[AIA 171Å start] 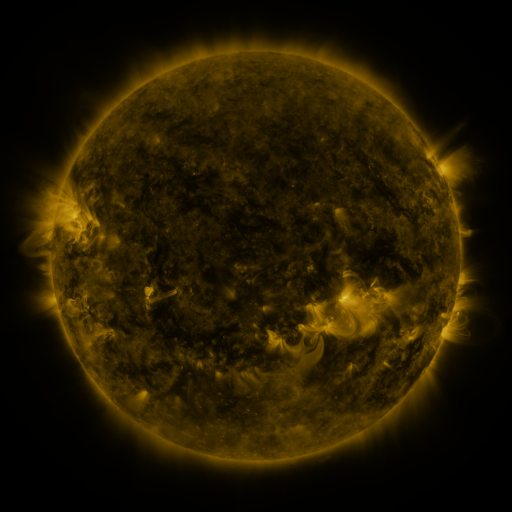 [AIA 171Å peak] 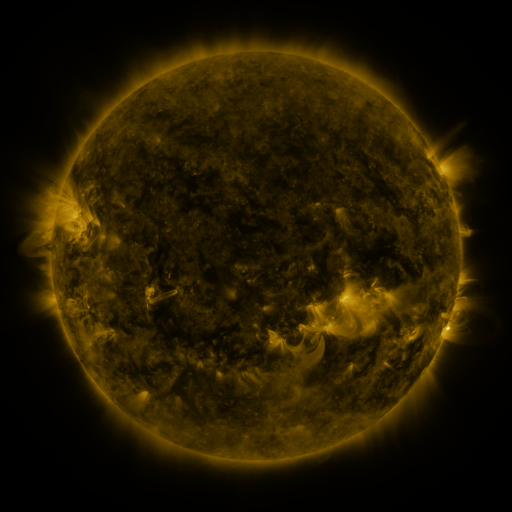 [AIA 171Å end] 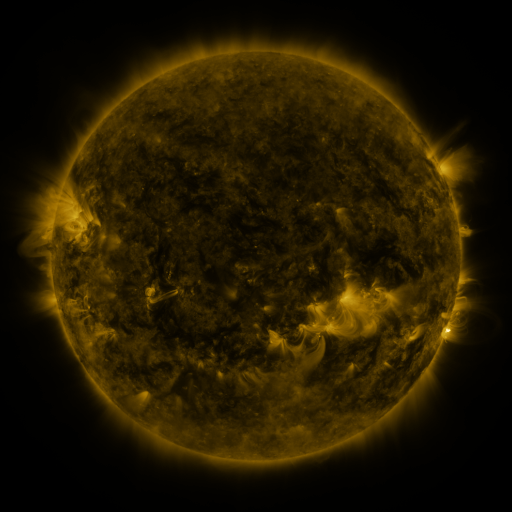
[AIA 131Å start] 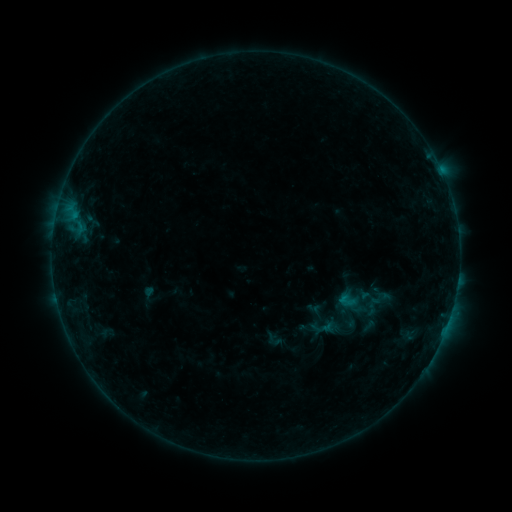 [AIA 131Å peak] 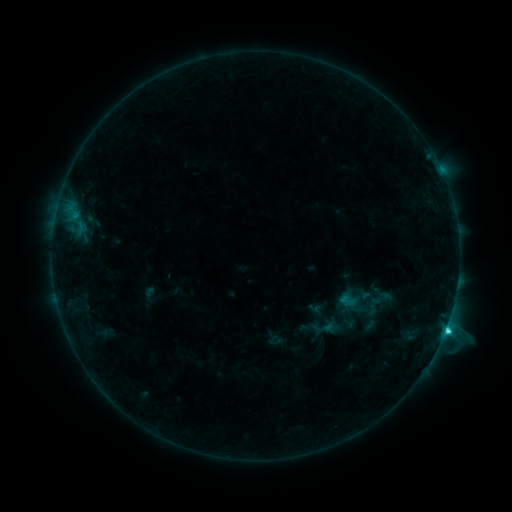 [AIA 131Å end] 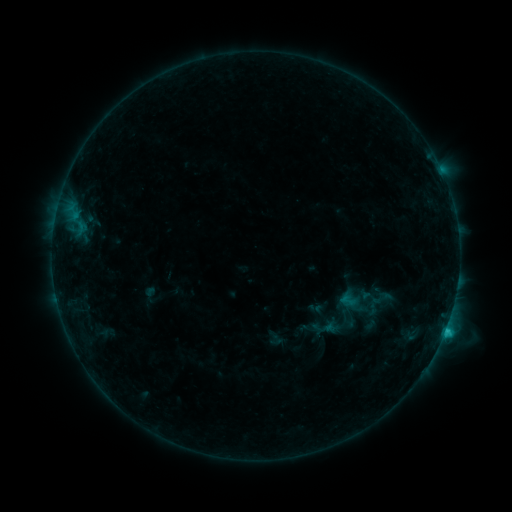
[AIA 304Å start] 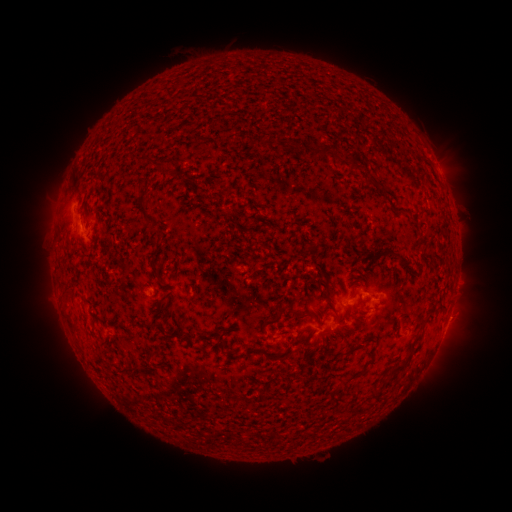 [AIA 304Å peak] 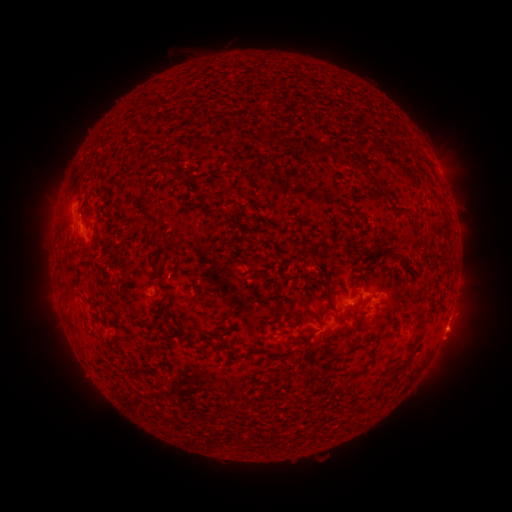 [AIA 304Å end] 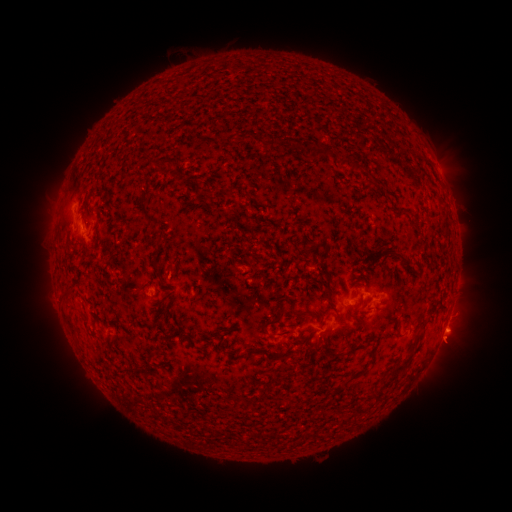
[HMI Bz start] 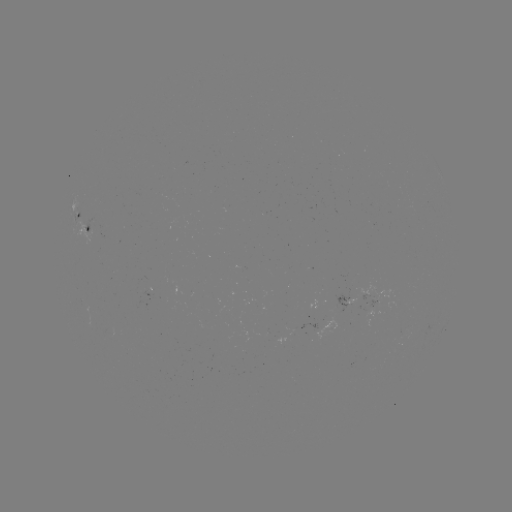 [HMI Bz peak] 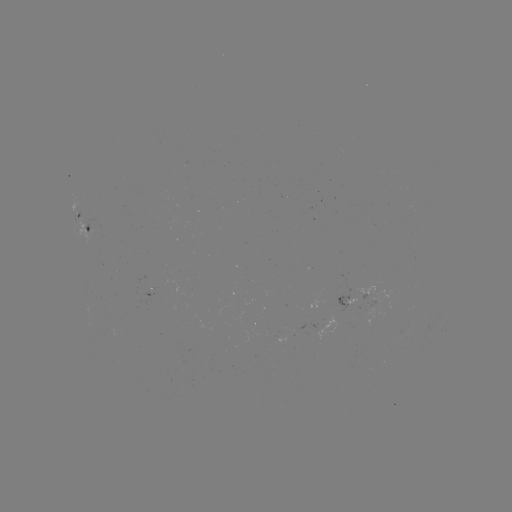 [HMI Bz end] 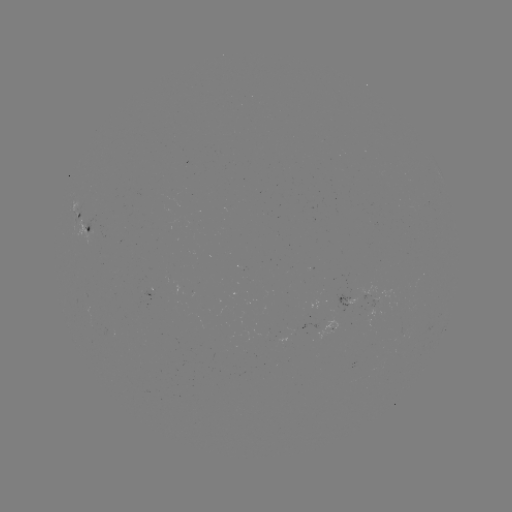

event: flare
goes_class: C2.1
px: (445, 329)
